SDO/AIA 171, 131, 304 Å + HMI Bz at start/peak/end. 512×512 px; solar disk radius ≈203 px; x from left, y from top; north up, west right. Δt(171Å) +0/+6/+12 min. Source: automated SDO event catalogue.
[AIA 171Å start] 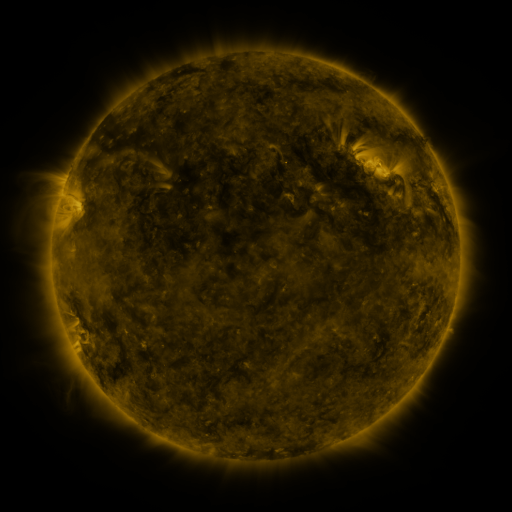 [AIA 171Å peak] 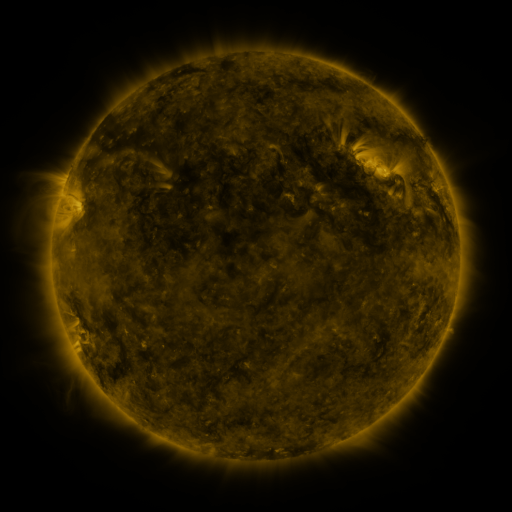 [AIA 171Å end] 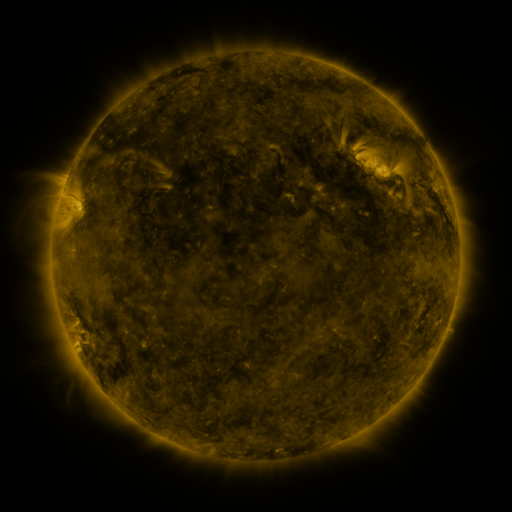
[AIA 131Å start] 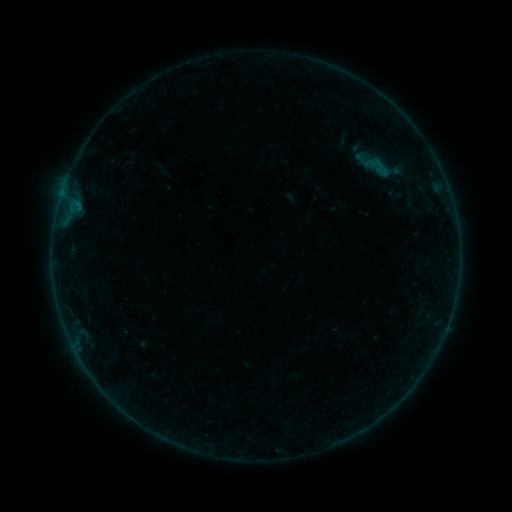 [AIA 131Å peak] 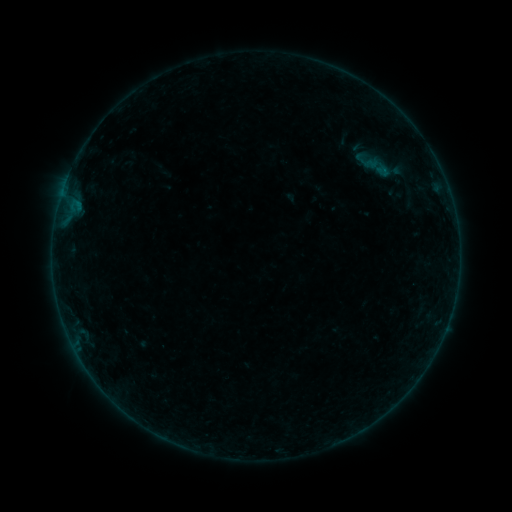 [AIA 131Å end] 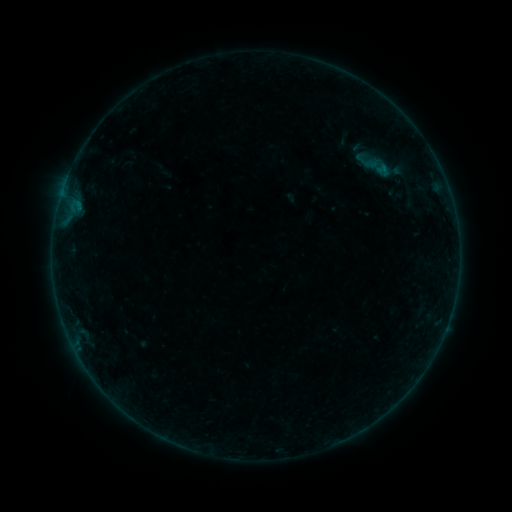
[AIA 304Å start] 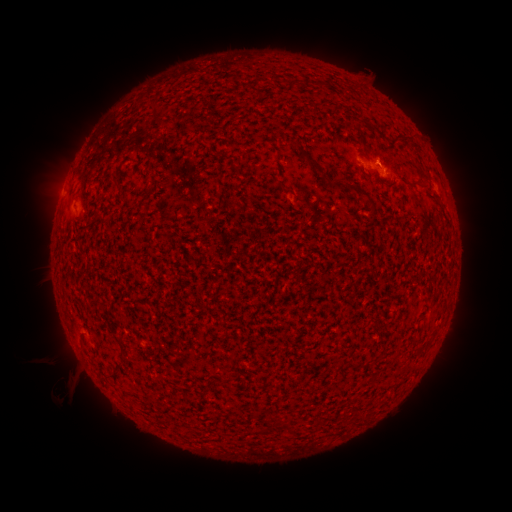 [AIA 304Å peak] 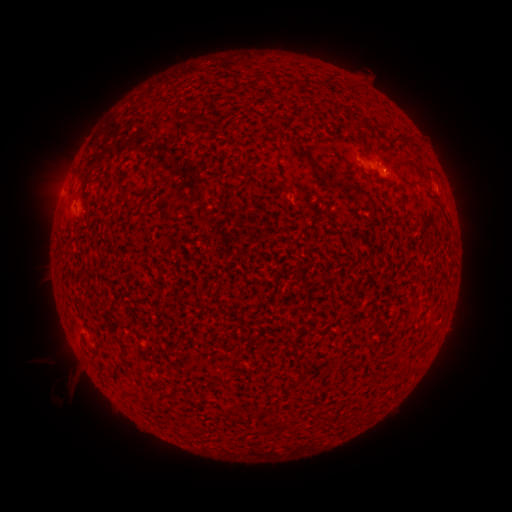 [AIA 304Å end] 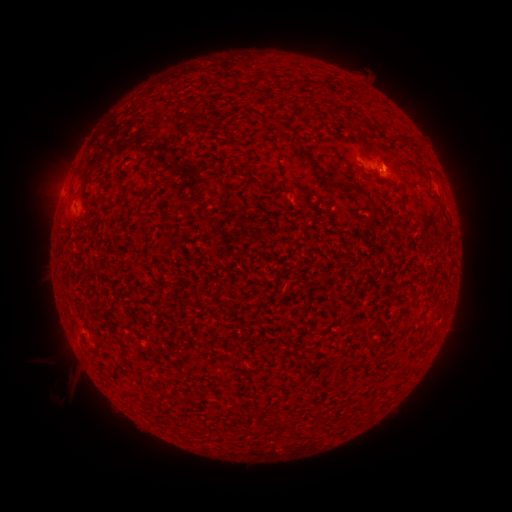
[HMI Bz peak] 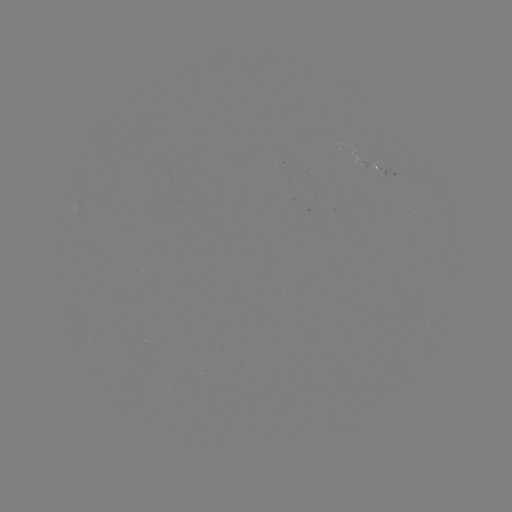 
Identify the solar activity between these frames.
B1.6 flare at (384, 174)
